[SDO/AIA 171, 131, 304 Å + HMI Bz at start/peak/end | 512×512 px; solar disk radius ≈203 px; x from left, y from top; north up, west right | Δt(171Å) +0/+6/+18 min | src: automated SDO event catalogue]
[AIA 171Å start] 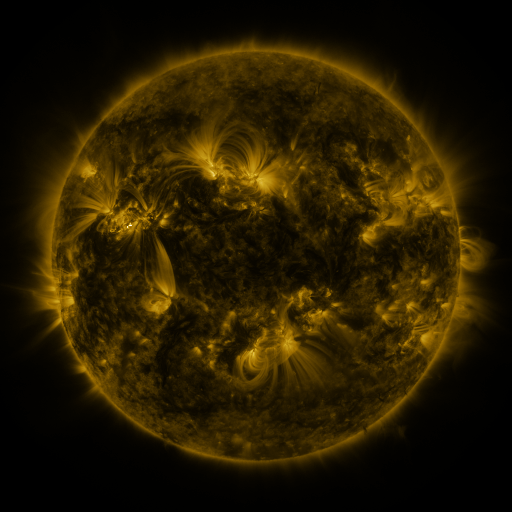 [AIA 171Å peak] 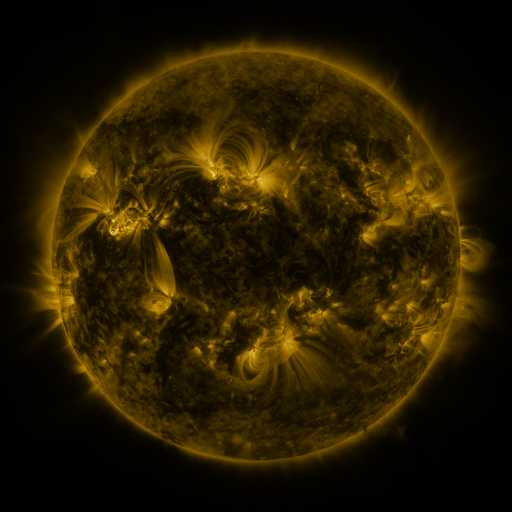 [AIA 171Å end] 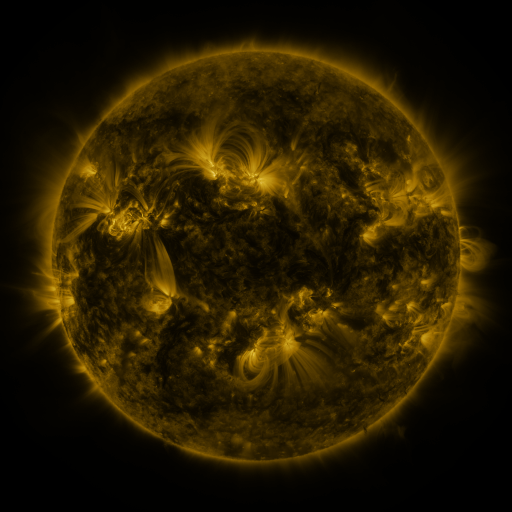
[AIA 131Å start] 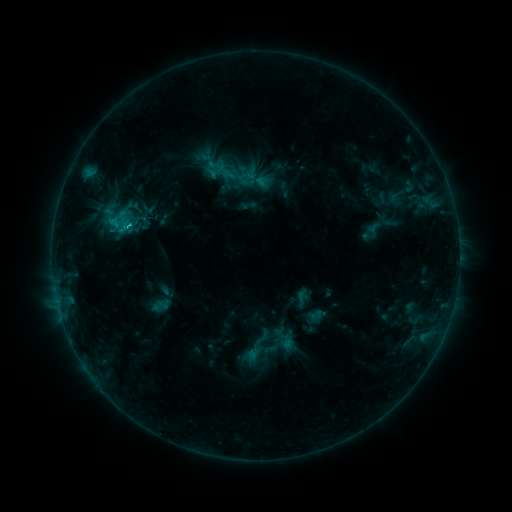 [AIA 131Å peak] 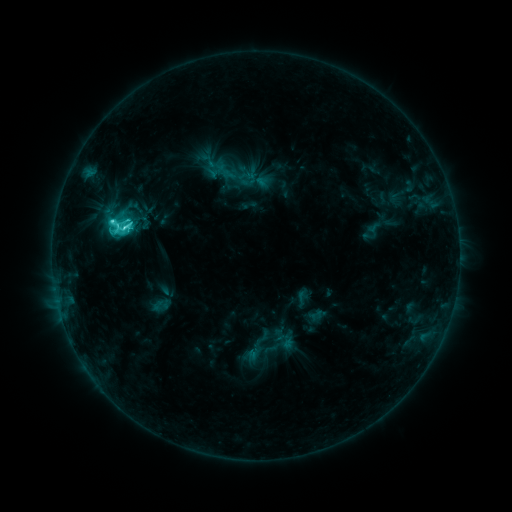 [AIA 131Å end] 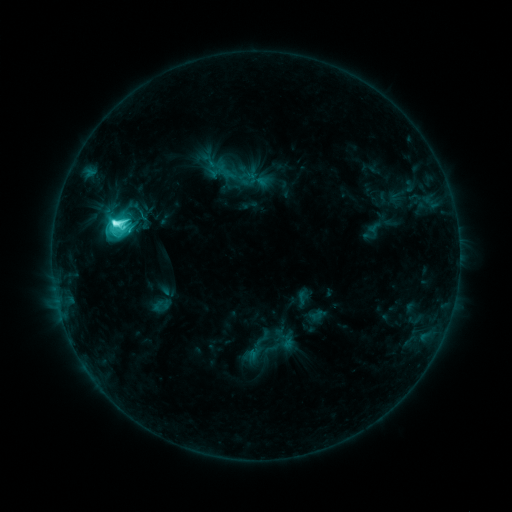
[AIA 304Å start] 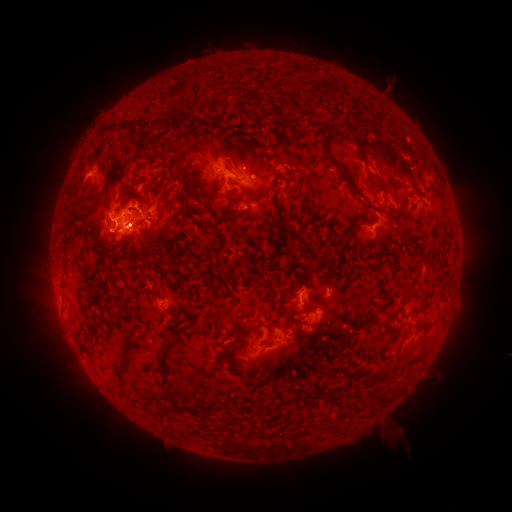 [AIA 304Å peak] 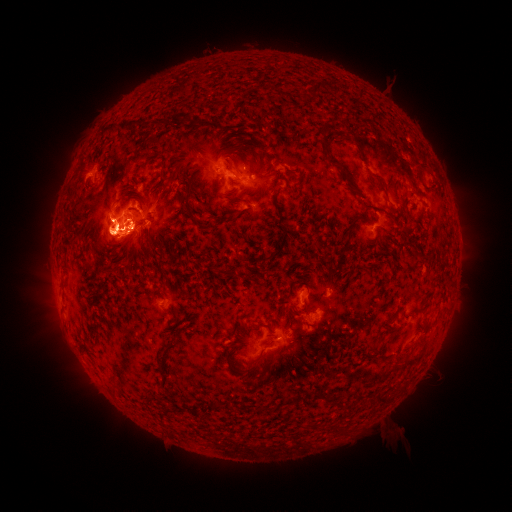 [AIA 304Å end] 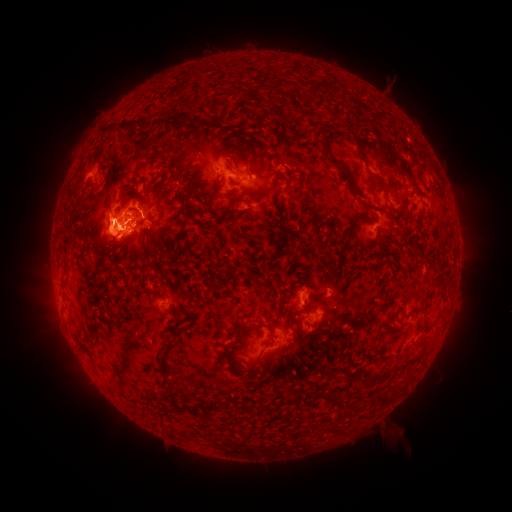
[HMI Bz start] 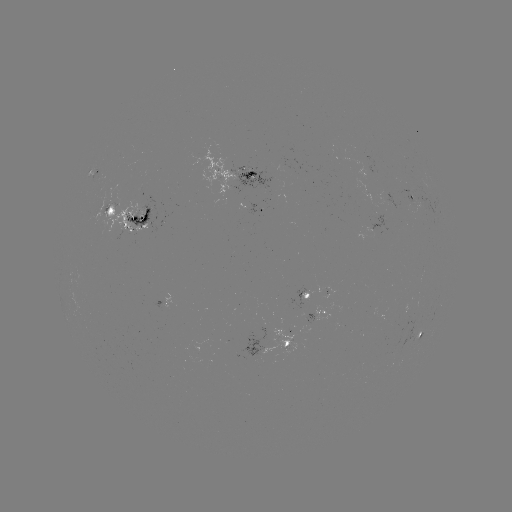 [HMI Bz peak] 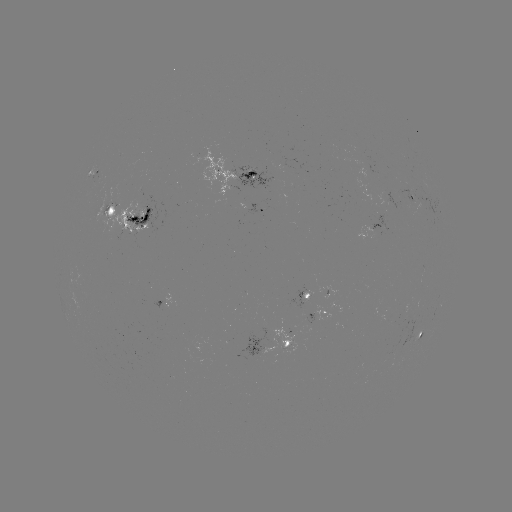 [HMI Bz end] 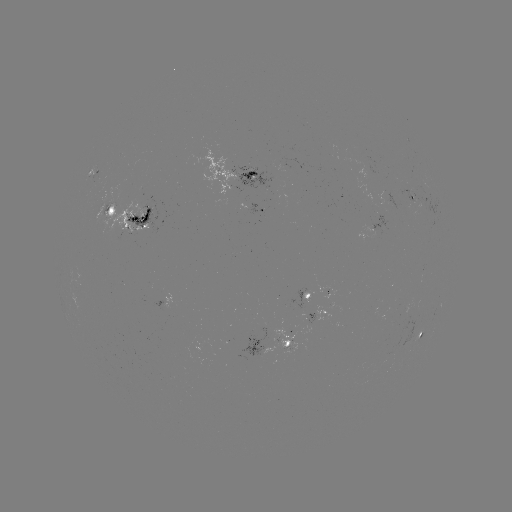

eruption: [44, 110, 158, 271]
